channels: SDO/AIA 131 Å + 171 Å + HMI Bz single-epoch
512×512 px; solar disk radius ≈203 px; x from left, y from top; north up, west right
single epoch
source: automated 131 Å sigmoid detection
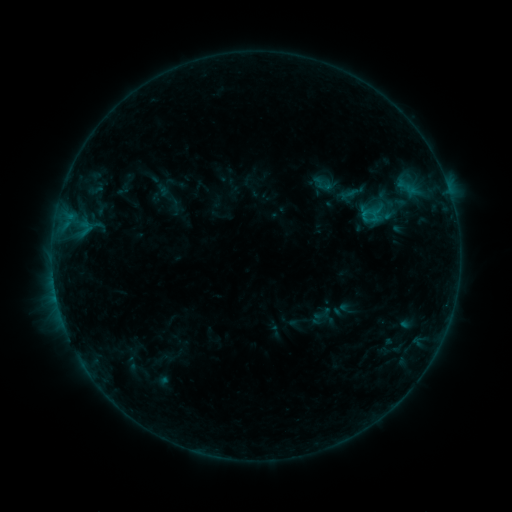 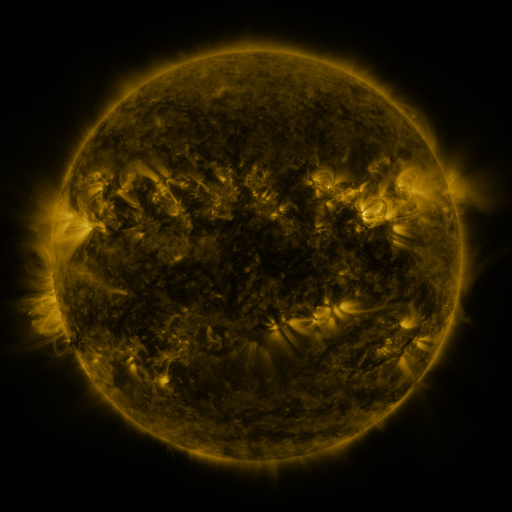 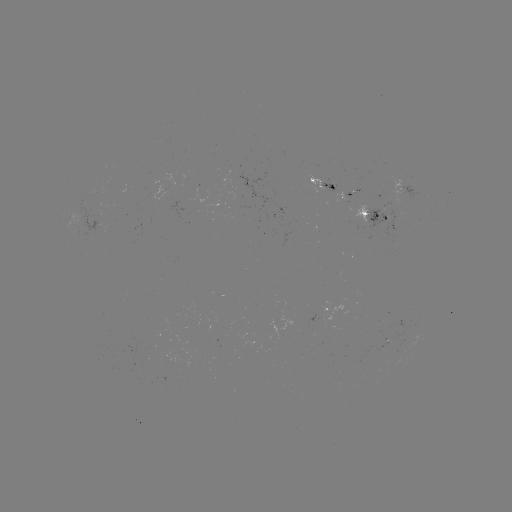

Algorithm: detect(sigmoid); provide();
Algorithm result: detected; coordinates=(323, 183)